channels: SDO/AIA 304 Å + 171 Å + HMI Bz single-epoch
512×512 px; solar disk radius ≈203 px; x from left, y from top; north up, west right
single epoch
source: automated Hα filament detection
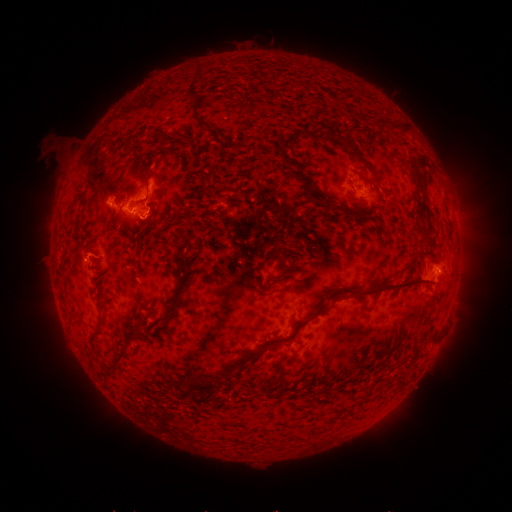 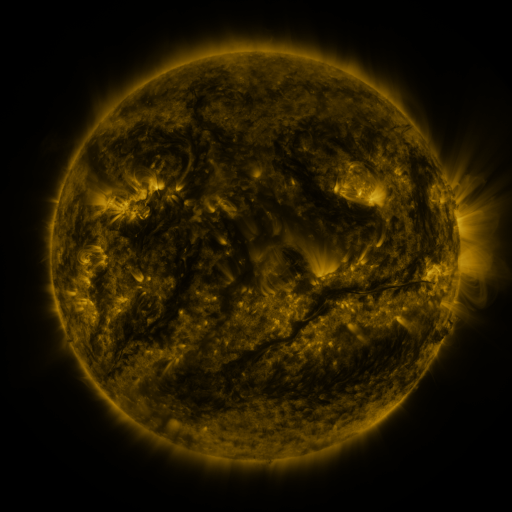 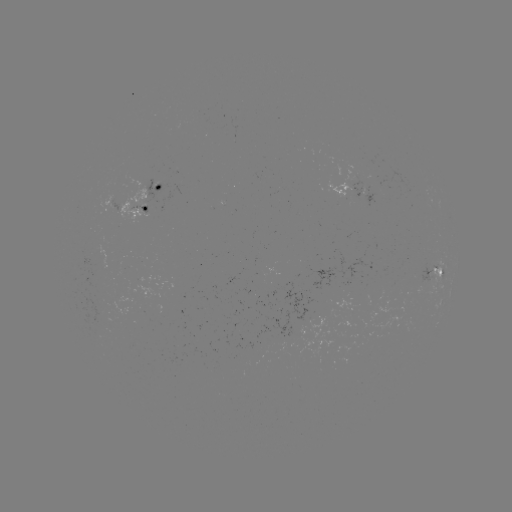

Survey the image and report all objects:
filament: <bbox>178, 62, 216, 86</bbox>
filament: <bbox>180, 80, 203, 104</bbox>
filament: <bbox>291, 80, 303, 88</bbox>
filament: <bbox>386, 121, 408, 134</bbox>
filament: <bbox>275, 132, 295, 169</bbox>
filament: <bbox>334, 134, 372, 170</bbox>
filament: <bbox>126, 143, 135, 155</bbox>
filament: <bbox>411, 159, 426, 192</bbox>
filament: <bbox>309, 186, 323, 198</bbox>
filament: <bbox>136, 196, 149, 205</bbox>
filament: <bbox>332, 202, 358, 220</bbox>
filament: <bbox>140, 207, 155, 239</bbox>
filament: <bbox>74, 220, 82, 244</bbox>
filament: <bbox>158, 228, 190, 325</bbox>
filament: <bbox>144, 229, 158, 245</bbox>
filament: <bbox>263, 246, 291, 262</bbox>
filament: <bbox>326, 271, 436, 300</bbox>
filament: <bbox>318, 302, 326, 313</bbox>
filament: <bbox>91, 303, 104, 344</bbox>
filament: <bbox>110, 312, 148, 373</bbox>
filament: <bbox>283, 320, 307, 342</bbox>
filament: <bbox>192, 348, 264, 396</bbox>
